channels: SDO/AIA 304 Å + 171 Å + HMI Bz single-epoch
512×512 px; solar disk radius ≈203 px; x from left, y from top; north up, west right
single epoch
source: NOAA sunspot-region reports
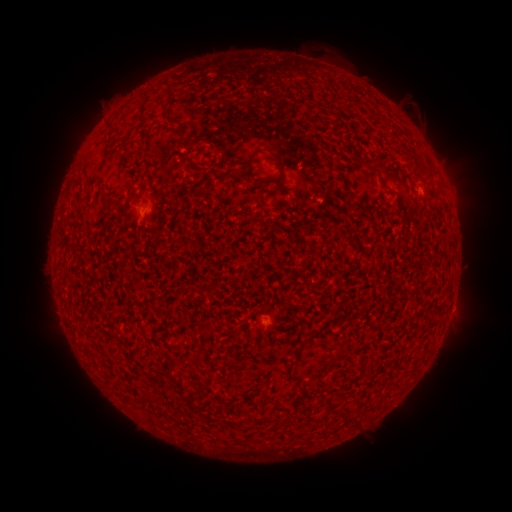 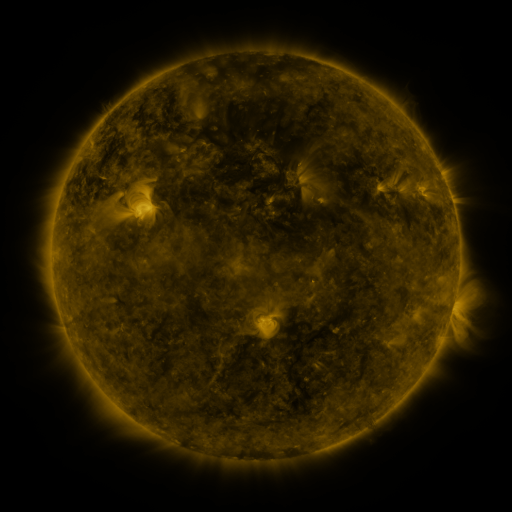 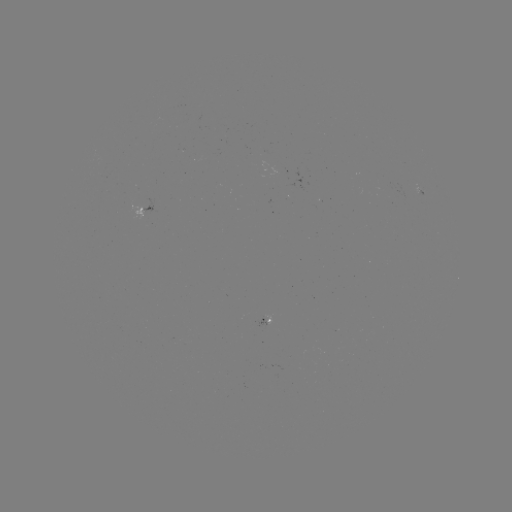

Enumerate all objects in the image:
spotted active region: (417, 187)
spotted active region: (141, 207)
spotted active region: (262, 322)
